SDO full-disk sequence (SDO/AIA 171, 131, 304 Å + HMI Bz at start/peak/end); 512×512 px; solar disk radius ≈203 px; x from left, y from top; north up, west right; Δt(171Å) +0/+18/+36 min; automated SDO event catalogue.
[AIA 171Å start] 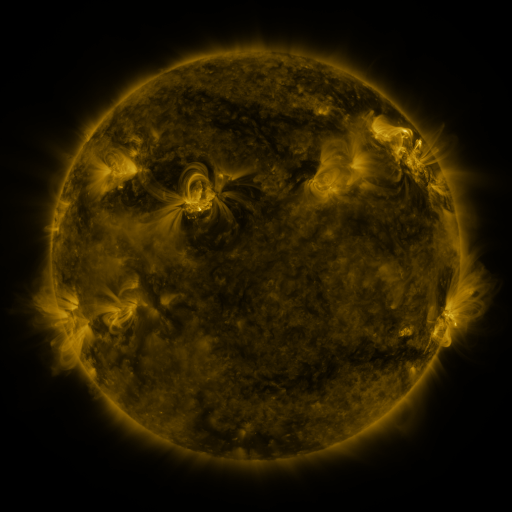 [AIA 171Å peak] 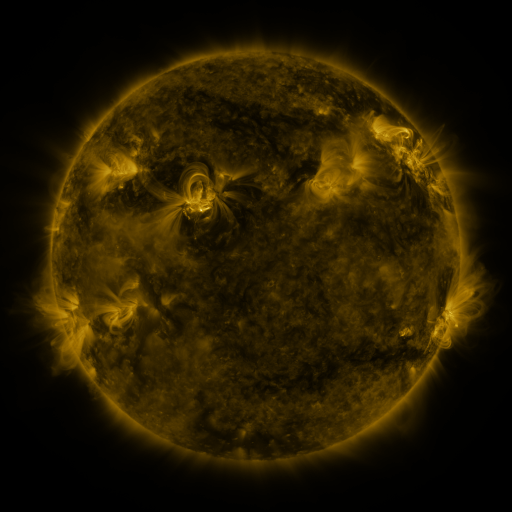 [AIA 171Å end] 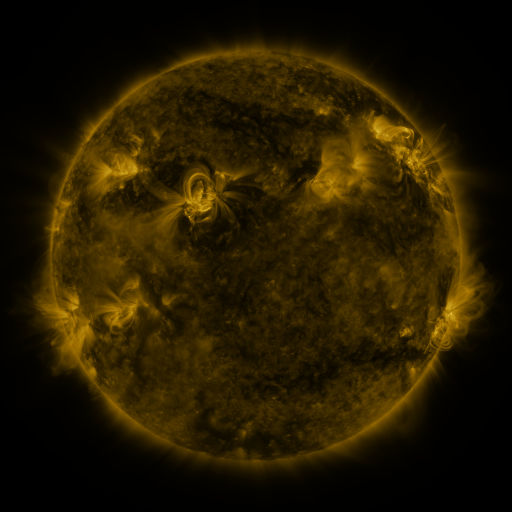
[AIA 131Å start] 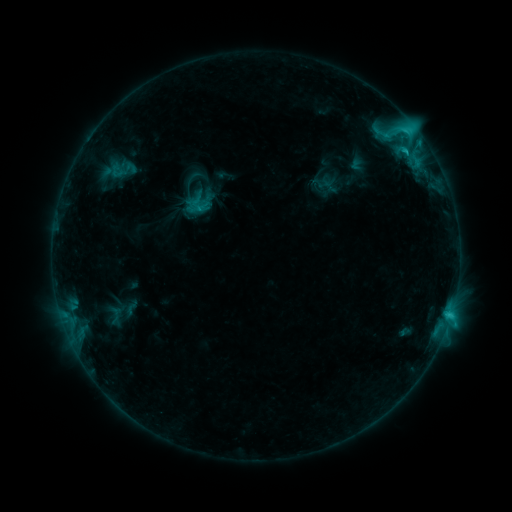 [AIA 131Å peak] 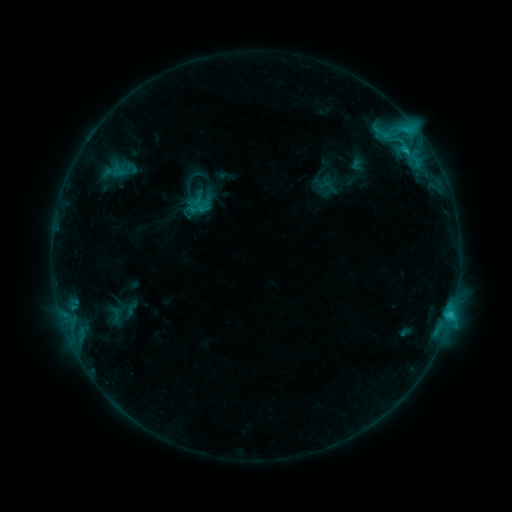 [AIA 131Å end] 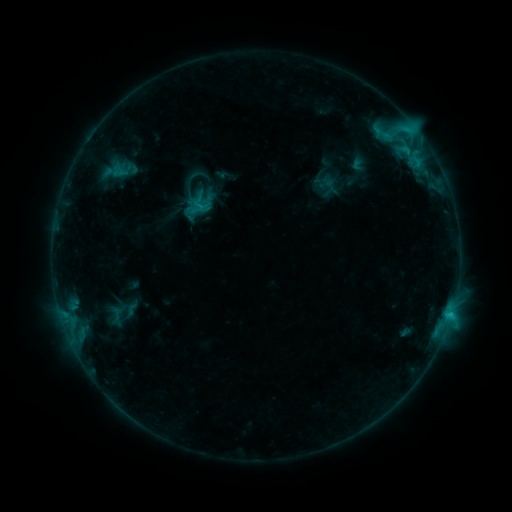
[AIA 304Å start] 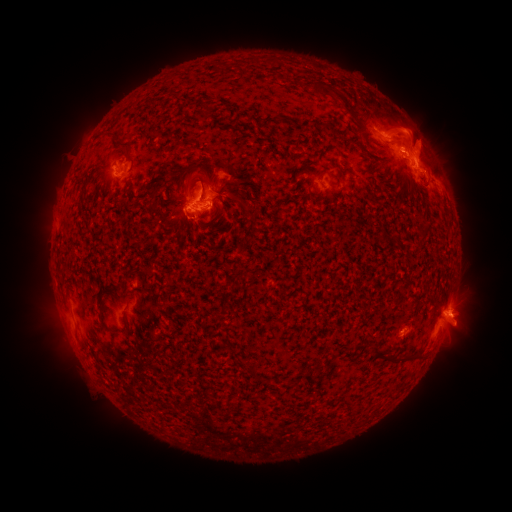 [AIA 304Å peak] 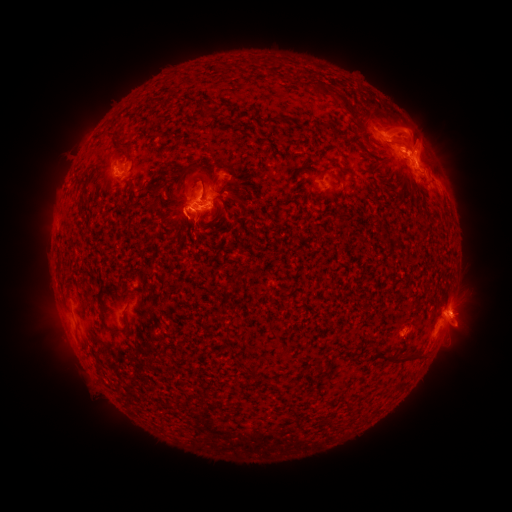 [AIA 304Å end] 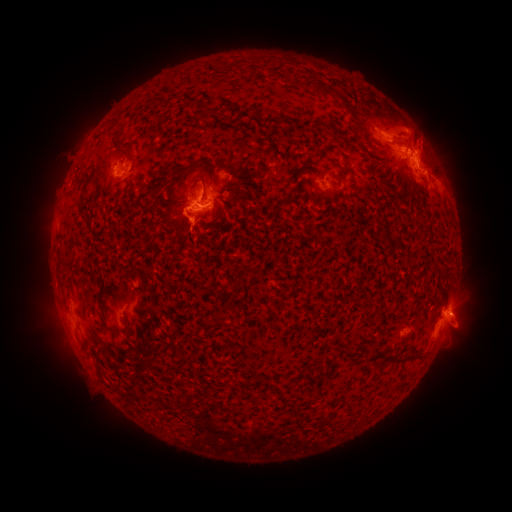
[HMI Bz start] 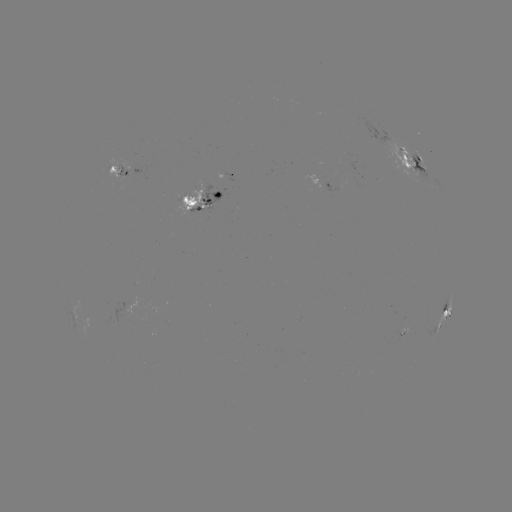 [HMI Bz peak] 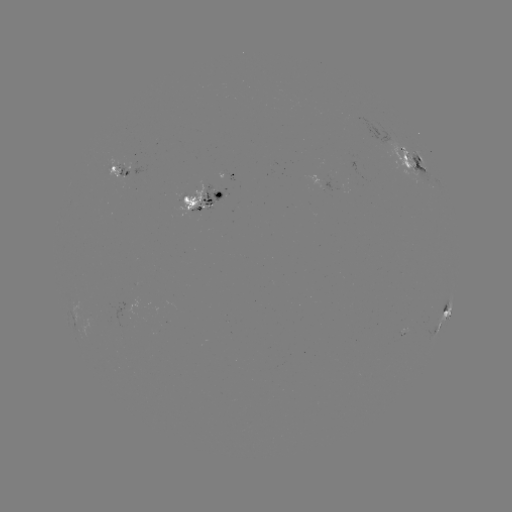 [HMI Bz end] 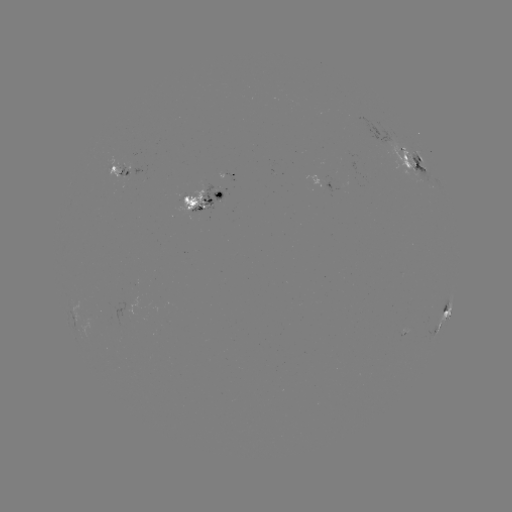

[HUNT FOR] emerging-flux region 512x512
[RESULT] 198,208